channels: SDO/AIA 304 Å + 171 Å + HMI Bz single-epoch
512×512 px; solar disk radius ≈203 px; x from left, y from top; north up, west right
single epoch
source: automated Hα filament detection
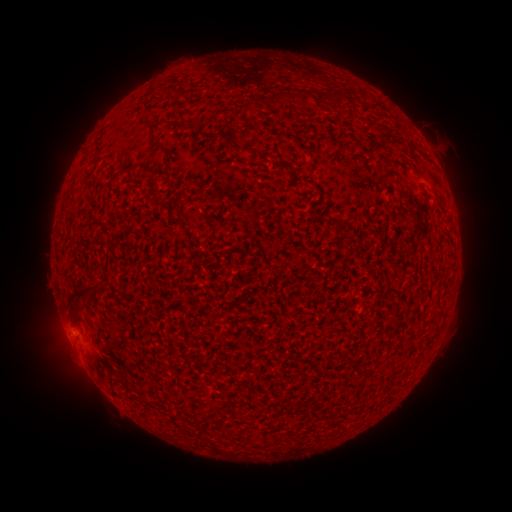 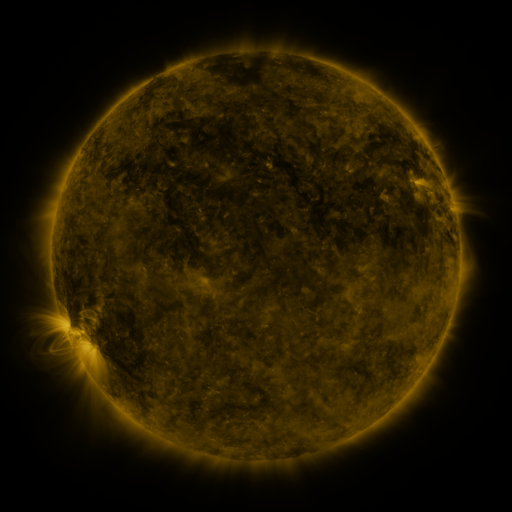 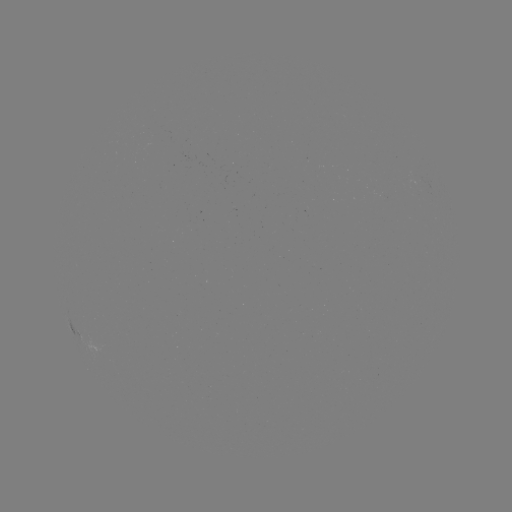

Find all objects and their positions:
filament: (328, 95, 340, 109)
filament: (302, 96, 312, 111)
filament: (151, 127, 158, 141)
filament: (70, 183, 80, 192)
filament: (148, 186, 168, 206)
filament: (278, 230, 288, 238)
filament: (72, 281, 87, 298)
filament: (383, 370, 394, 386)
